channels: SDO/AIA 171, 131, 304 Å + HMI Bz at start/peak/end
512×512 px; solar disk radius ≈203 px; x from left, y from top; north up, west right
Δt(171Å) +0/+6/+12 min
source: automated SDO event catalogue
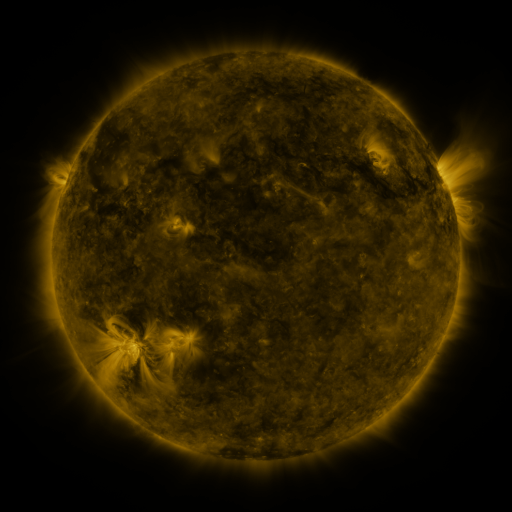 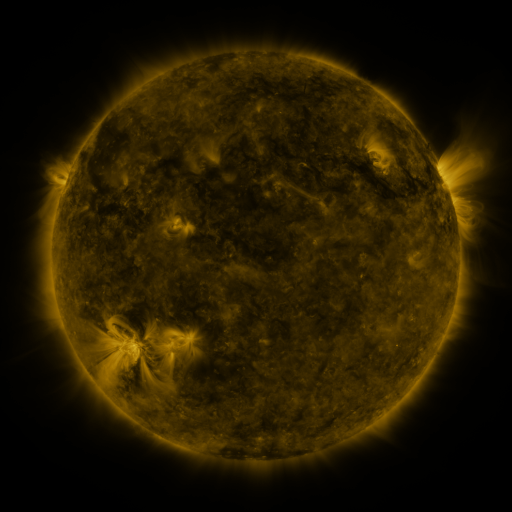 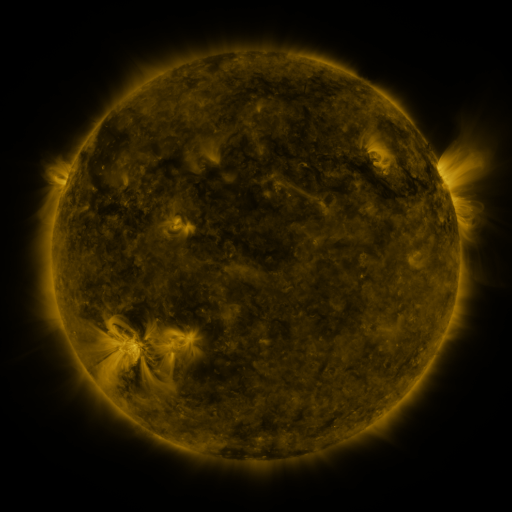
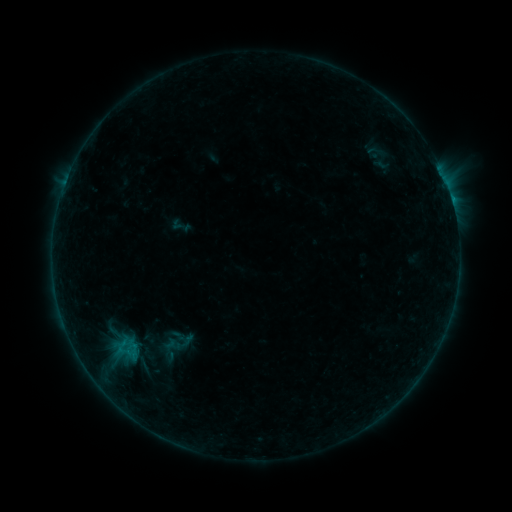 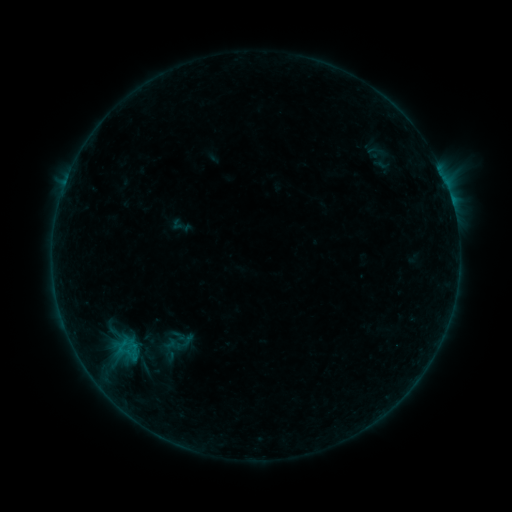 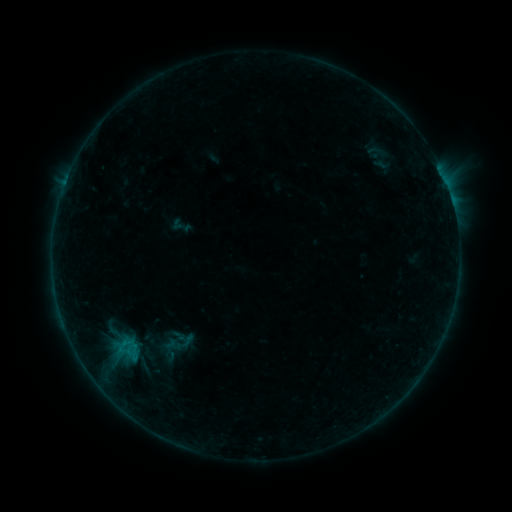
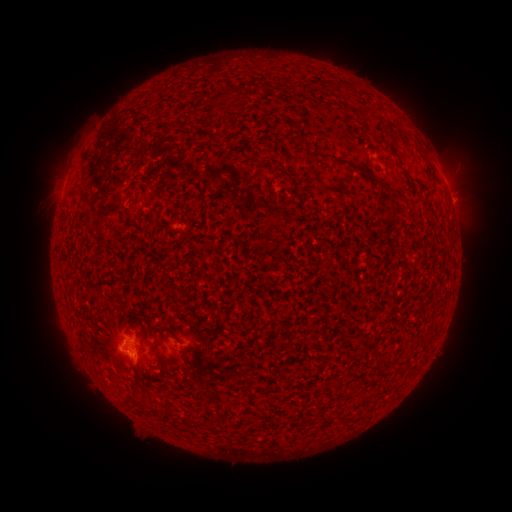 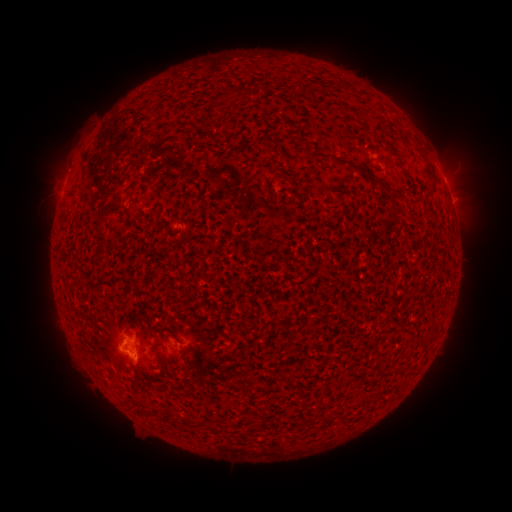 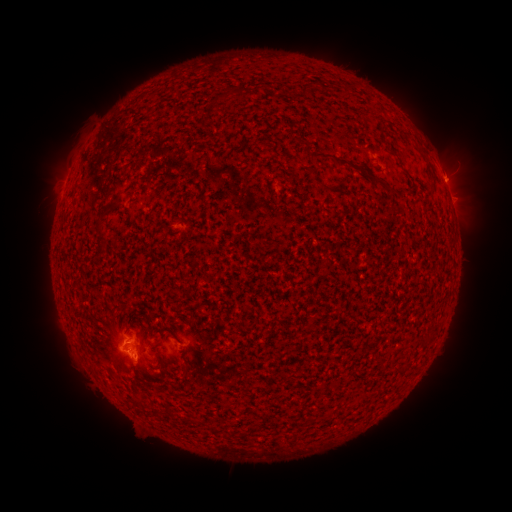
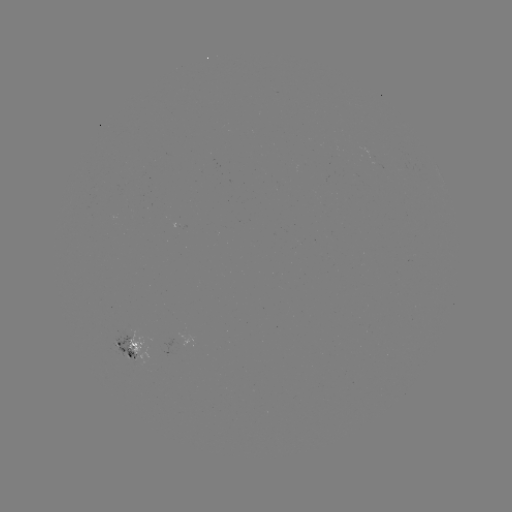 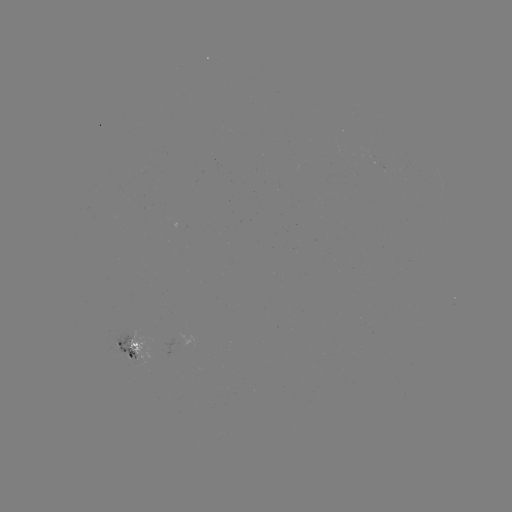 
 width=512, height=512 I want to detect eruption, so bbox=[431, 152, 482, 196].